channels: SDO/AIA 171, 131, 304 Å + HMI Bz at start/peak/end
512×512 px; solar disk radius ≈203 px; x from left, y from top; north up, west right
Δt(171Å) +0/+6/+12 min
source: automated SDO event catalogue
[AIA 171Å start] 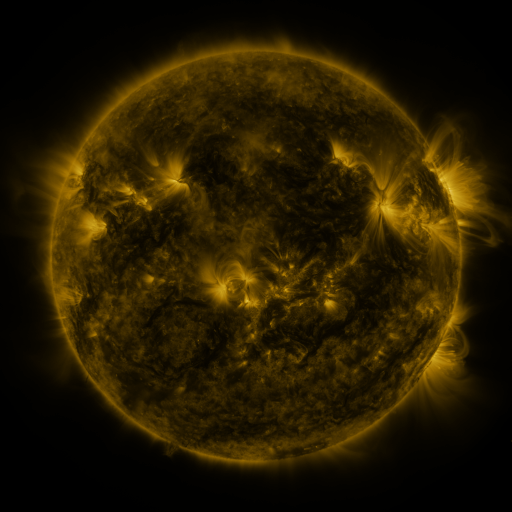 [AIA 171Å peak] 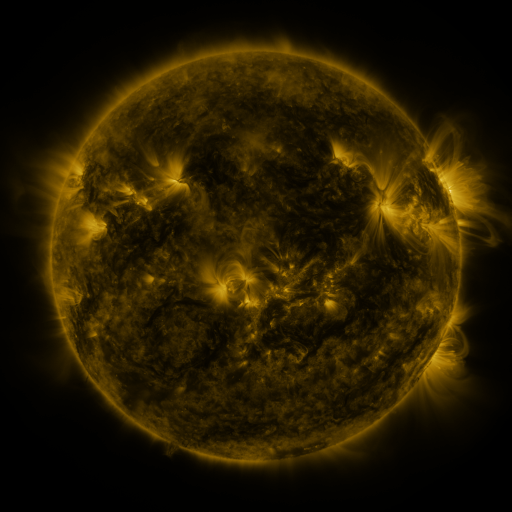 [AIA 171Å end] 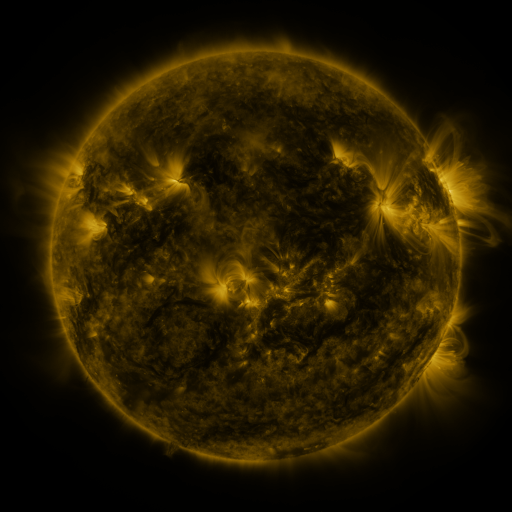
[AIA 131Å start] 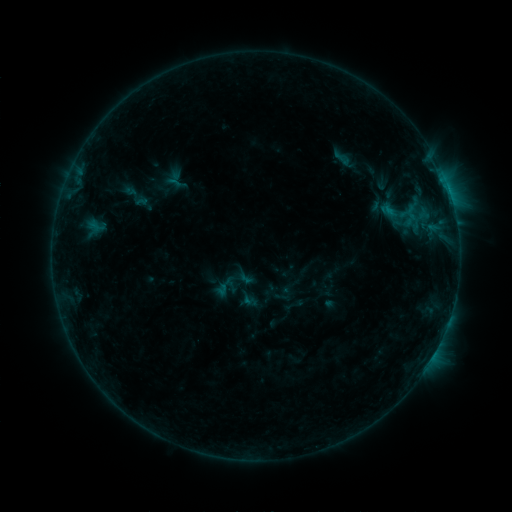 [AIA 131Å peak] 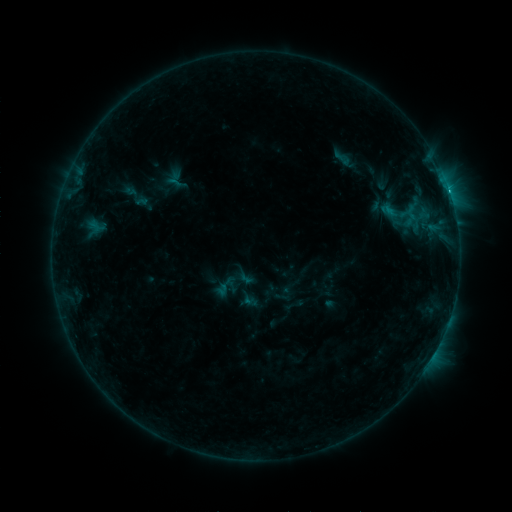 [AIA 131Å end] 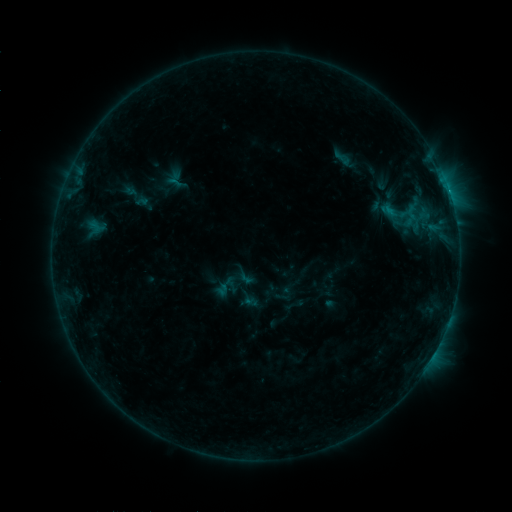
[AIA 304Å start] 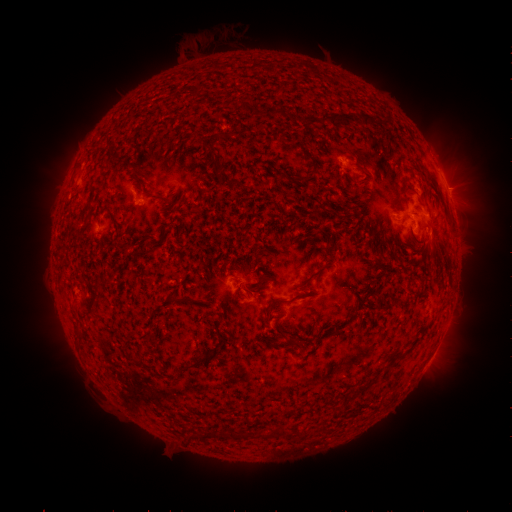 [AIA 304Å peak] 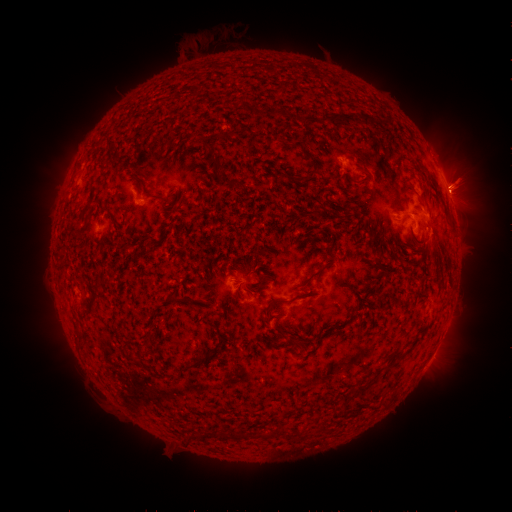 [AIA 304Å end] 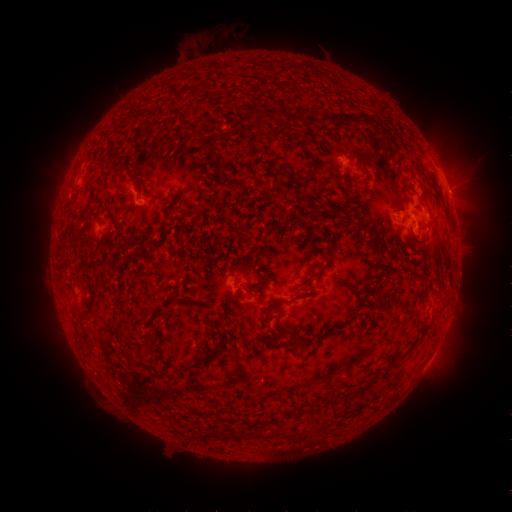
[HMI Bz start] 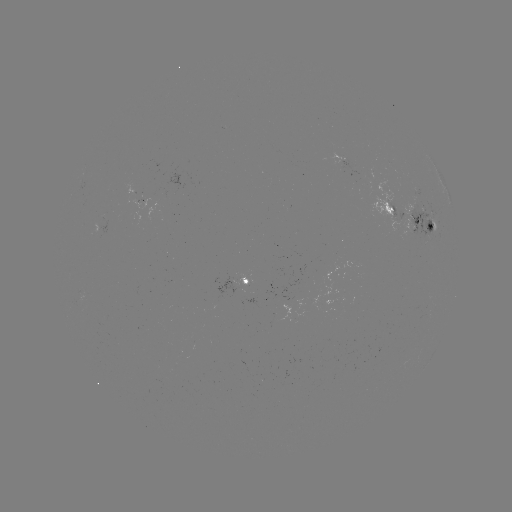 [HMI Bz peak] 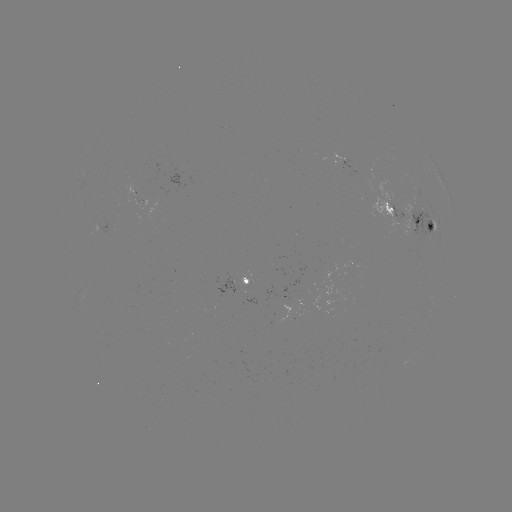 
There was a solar flare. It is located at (449, 192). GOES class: C2.4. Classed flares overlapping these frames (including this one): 1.